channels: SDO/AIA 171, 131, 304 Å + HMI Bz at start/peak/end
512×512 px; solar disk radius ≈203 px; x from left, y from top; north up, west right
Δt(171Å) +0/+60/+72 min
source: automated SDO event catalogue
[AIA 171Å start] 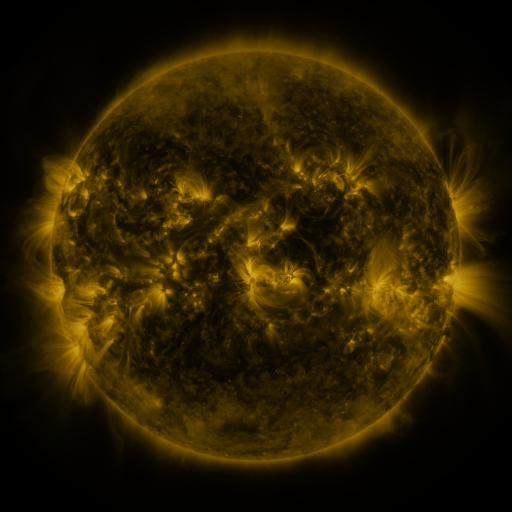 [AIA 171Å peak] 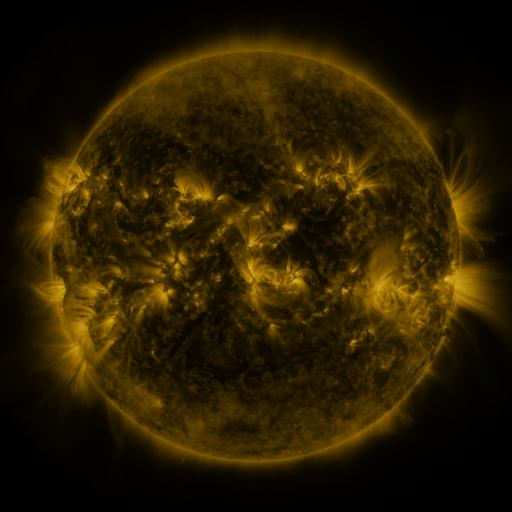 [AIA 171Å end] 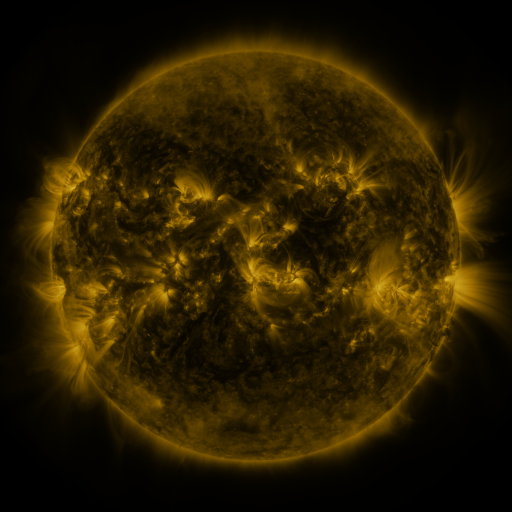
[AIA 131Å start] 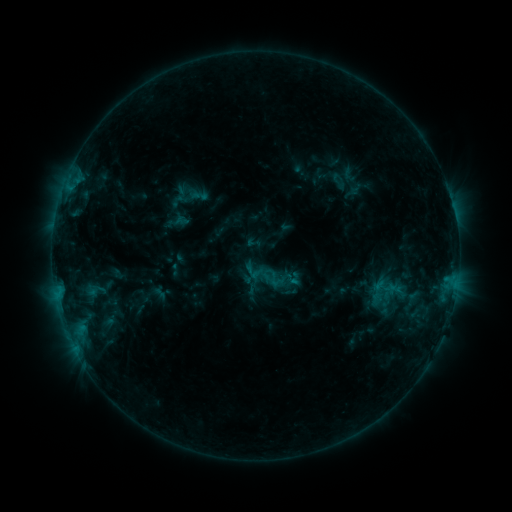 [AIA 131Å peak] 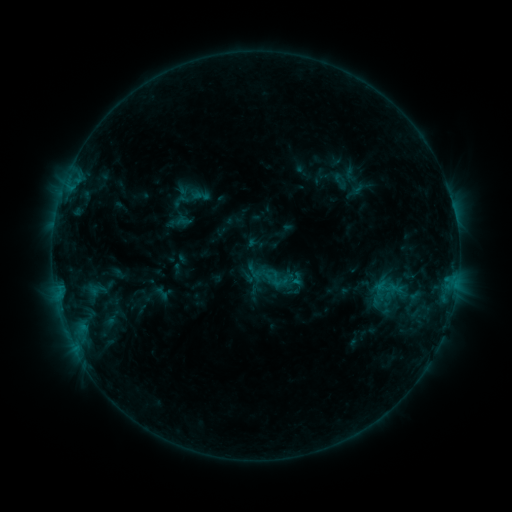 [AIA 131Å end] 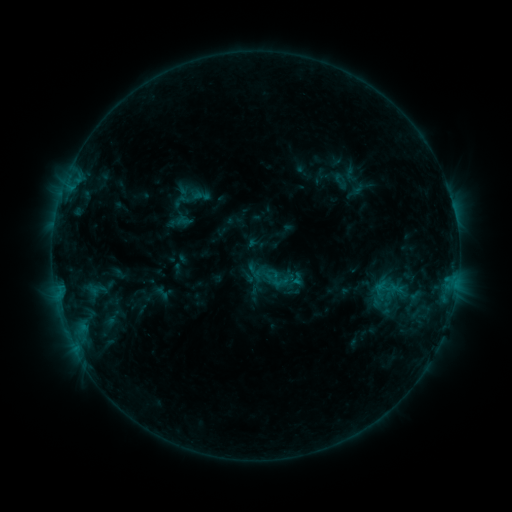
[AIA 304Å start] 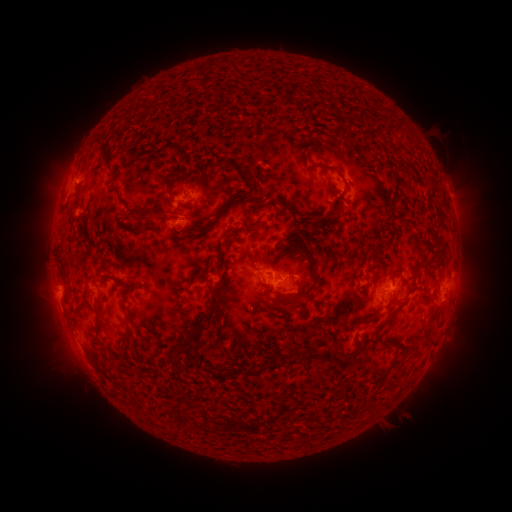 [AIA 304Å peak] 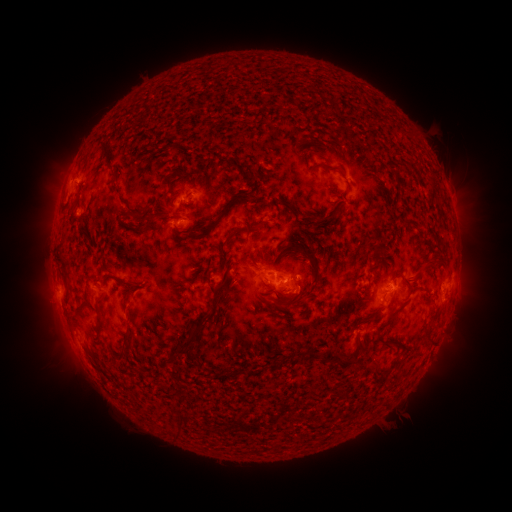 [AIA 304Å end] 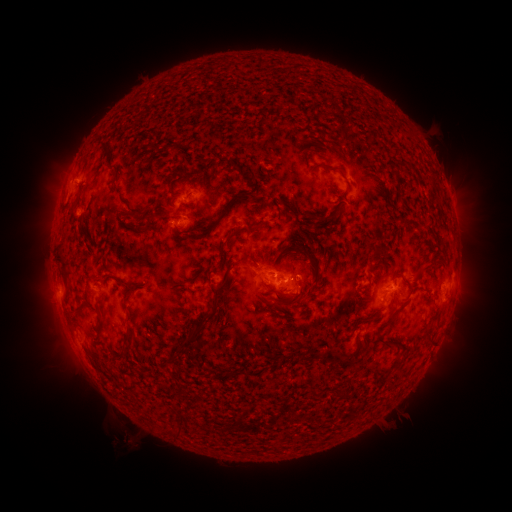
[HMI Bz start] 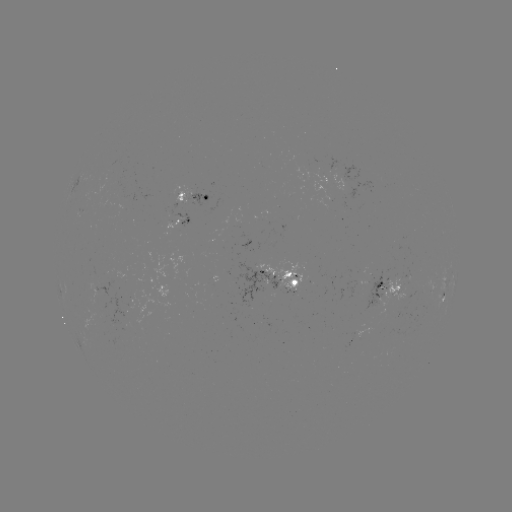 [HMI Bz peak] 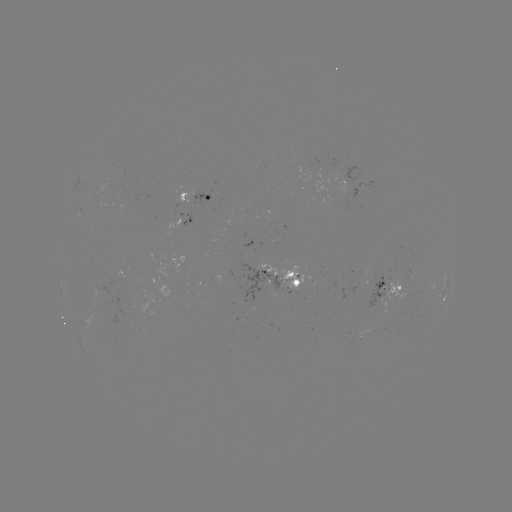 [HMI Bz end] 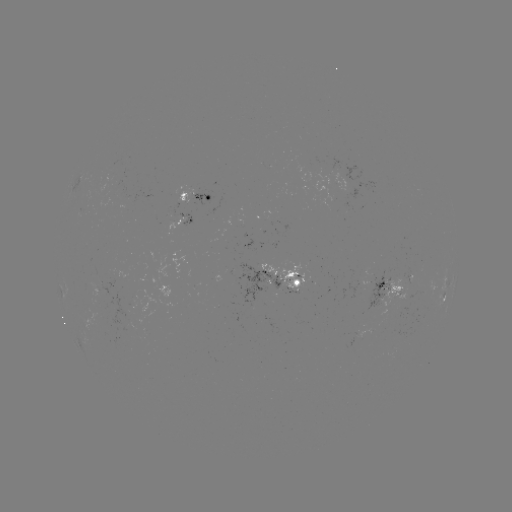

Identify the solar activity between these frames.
emerging-flux region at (287, 282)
